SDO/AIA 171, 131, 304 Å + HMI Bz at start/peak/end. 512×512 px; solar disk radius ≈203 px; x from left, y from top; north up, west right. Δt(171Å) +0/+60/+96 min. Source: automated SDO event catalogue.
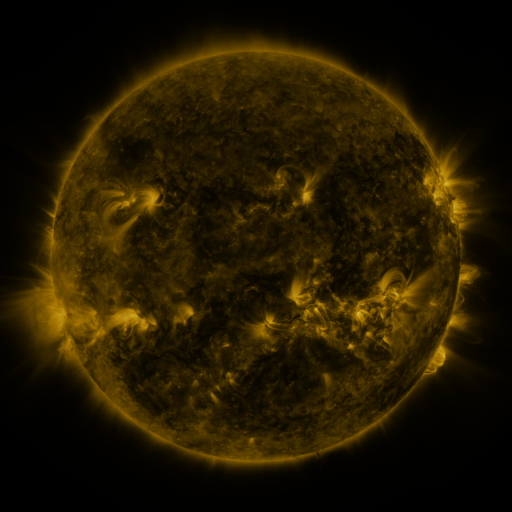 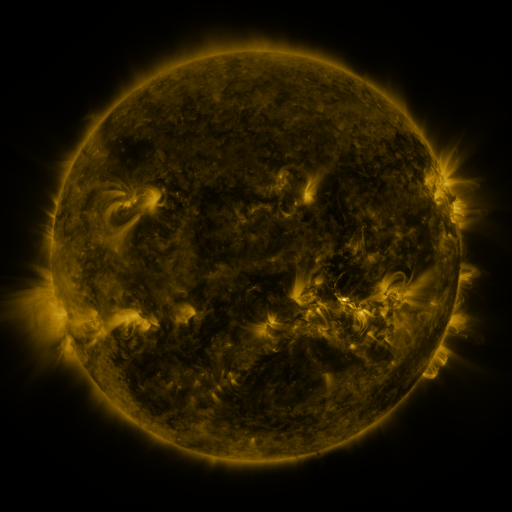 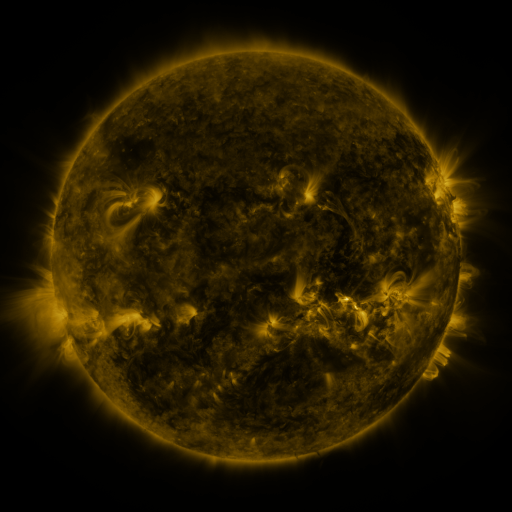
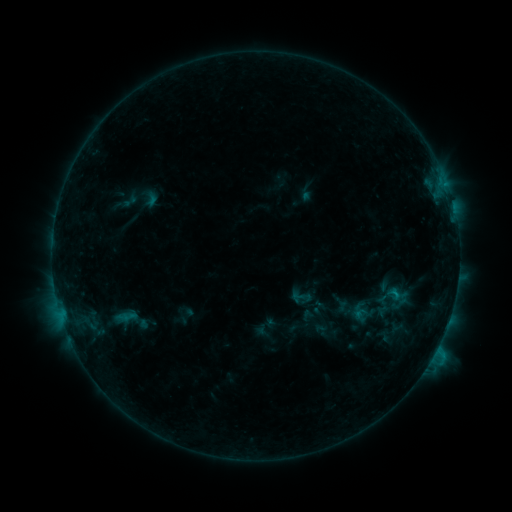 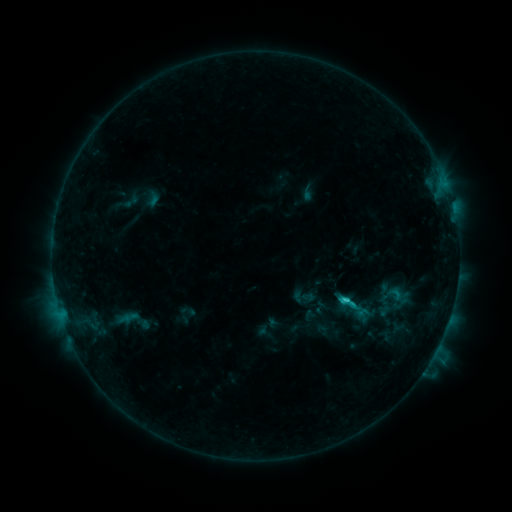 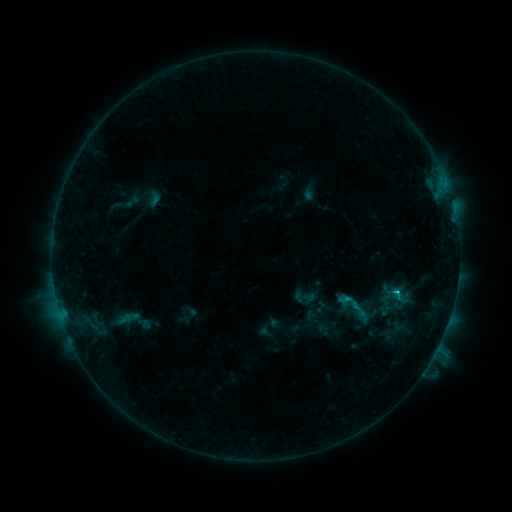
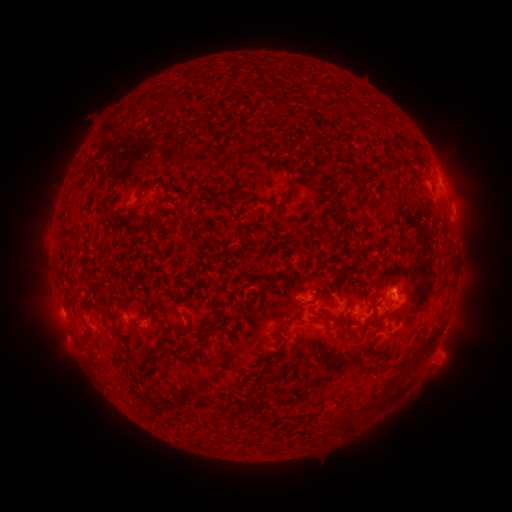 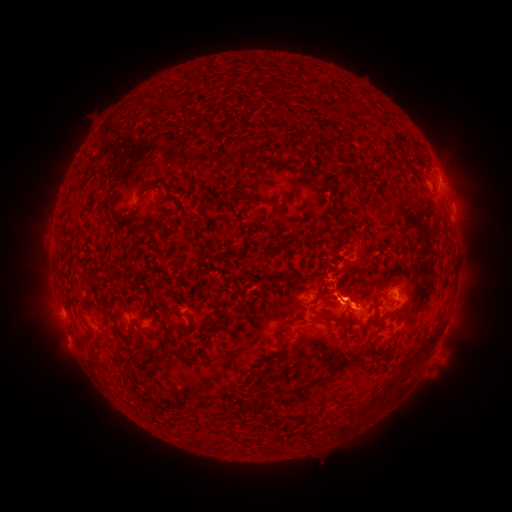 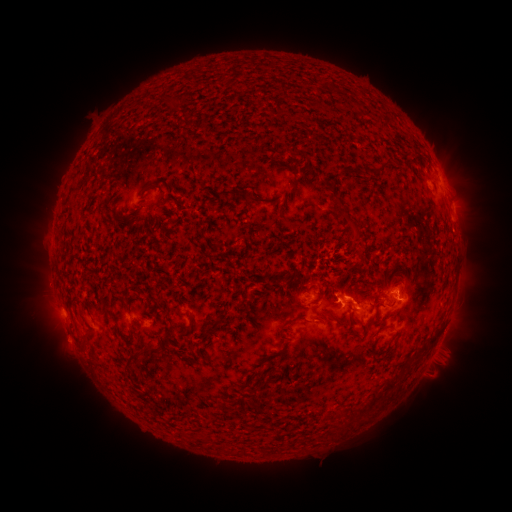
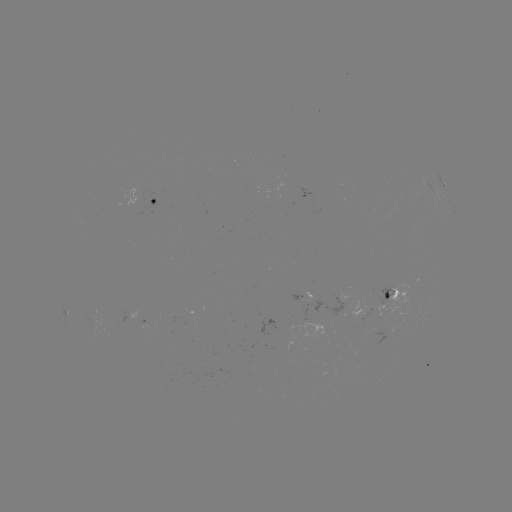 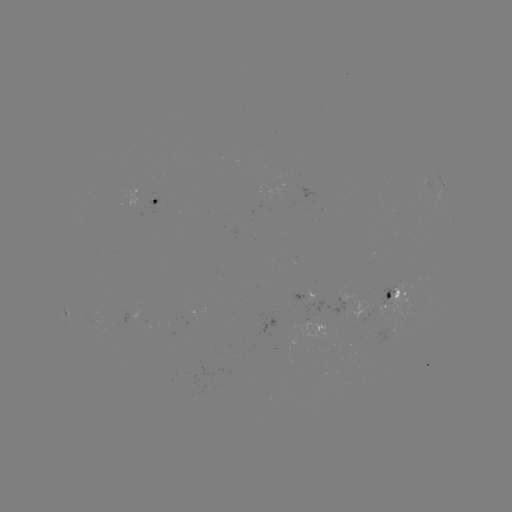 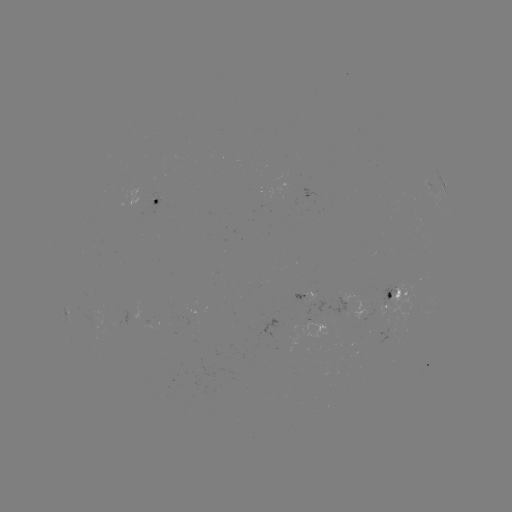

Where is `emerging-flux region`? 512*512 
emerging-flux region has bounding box [306, 285, 314, 300].